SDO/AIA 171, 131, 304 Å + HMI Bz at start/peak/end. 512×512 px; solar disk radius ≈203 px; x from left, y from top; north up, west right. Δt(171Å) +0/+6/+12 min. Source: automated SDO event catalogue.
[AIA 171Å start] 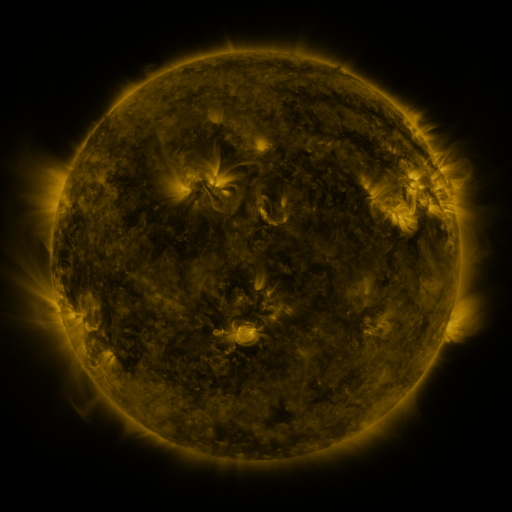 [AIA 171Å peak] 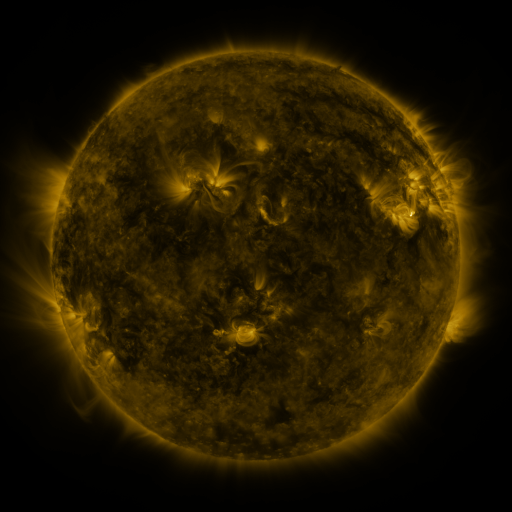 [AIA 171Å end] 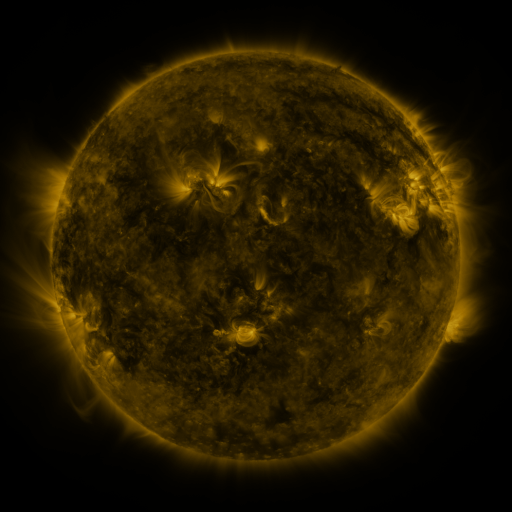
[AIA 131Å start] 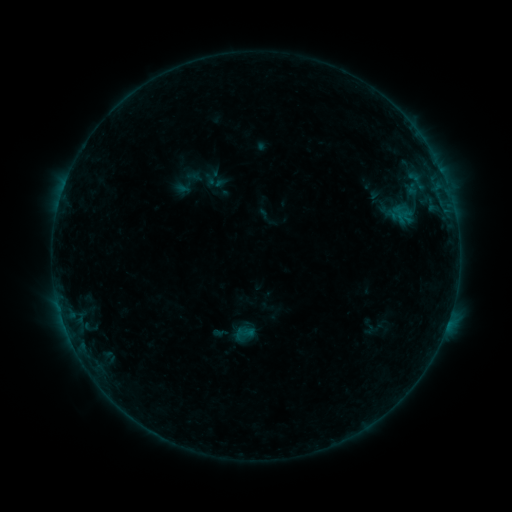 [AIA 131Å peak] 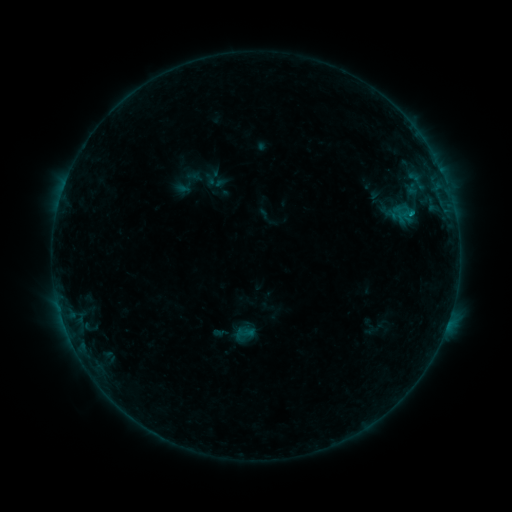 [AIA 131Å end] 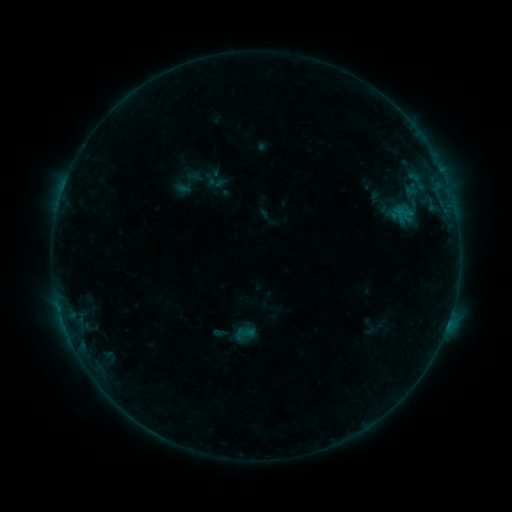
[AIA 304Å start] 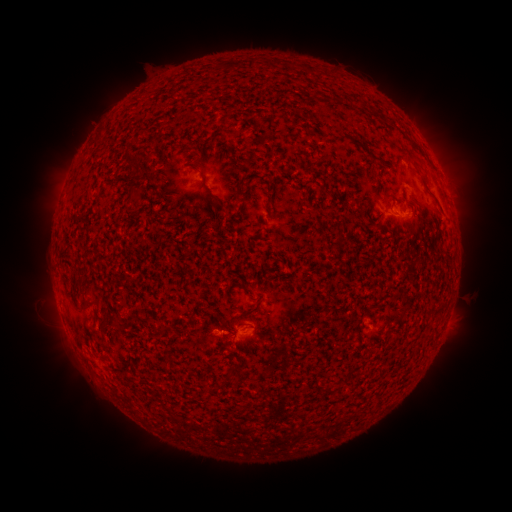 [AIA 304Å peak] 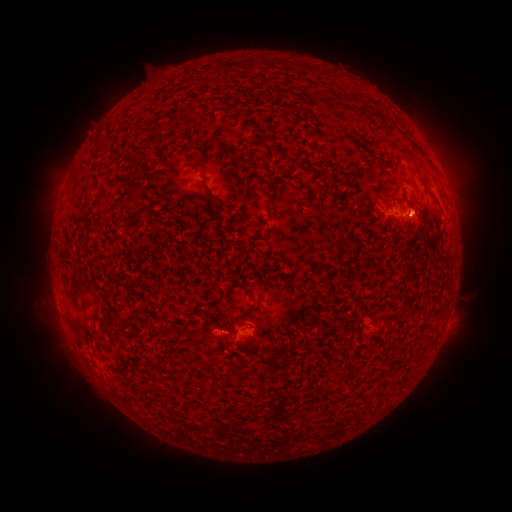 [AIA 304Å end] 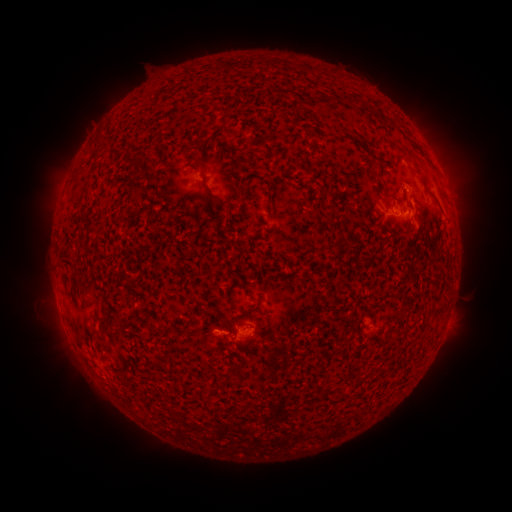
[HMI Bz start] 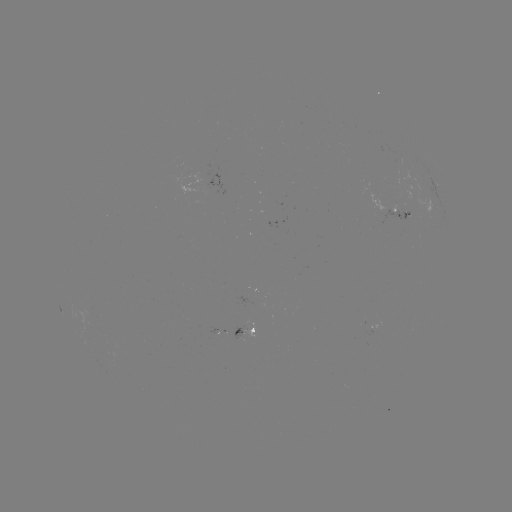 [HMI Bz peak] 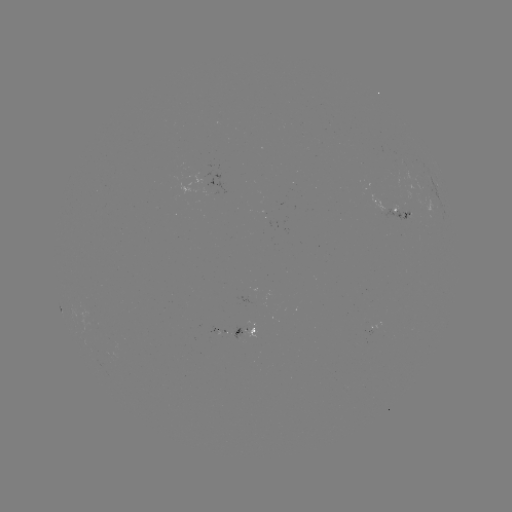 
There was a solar flare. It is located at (409, 214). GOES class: B5.6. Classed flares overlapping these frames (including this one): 1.